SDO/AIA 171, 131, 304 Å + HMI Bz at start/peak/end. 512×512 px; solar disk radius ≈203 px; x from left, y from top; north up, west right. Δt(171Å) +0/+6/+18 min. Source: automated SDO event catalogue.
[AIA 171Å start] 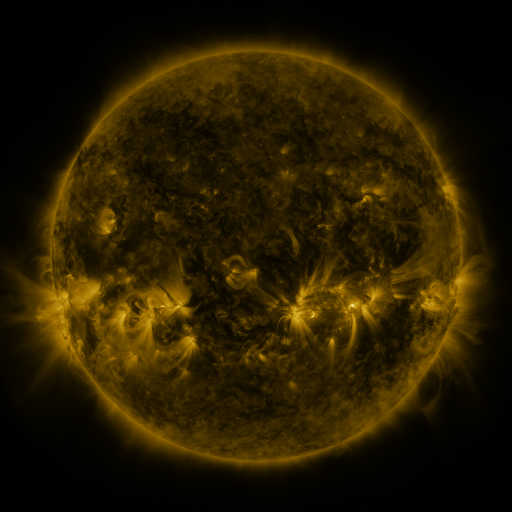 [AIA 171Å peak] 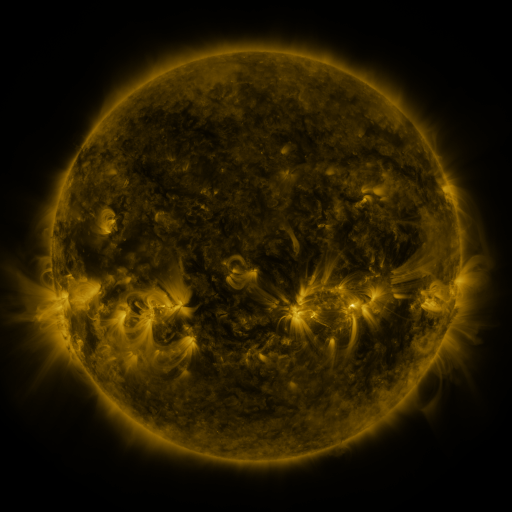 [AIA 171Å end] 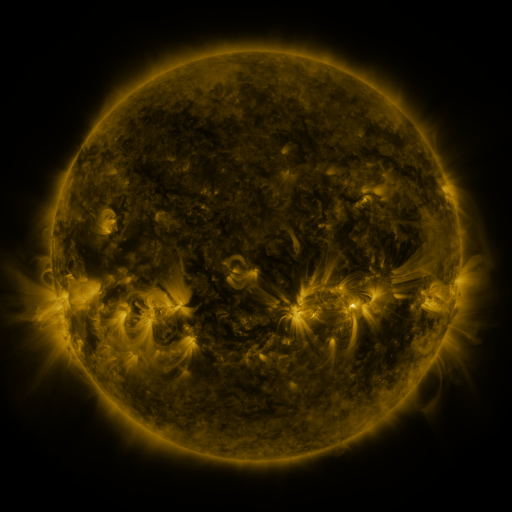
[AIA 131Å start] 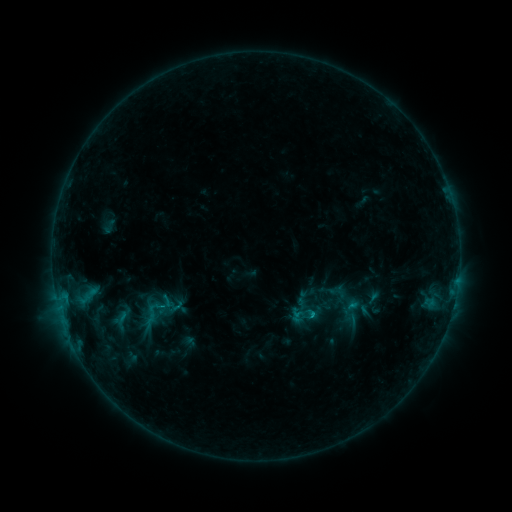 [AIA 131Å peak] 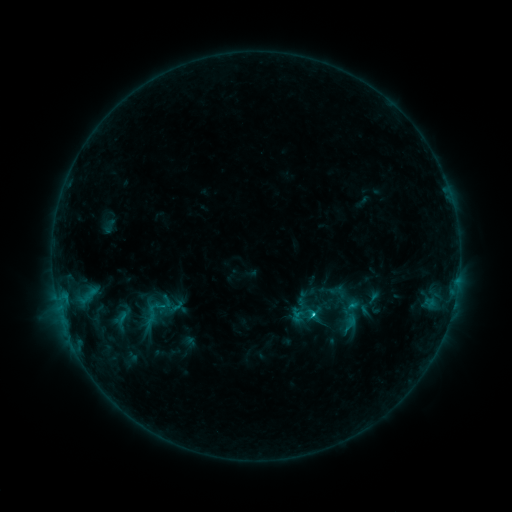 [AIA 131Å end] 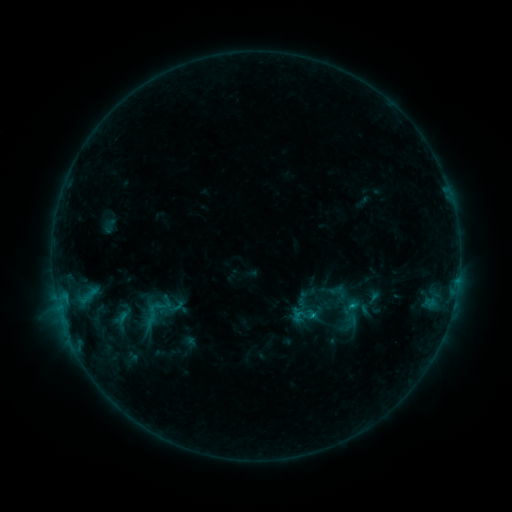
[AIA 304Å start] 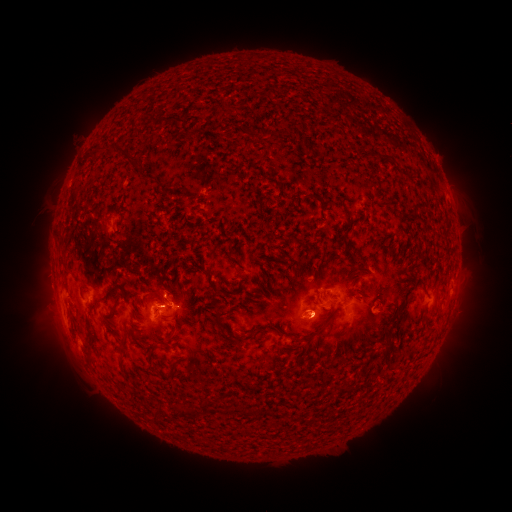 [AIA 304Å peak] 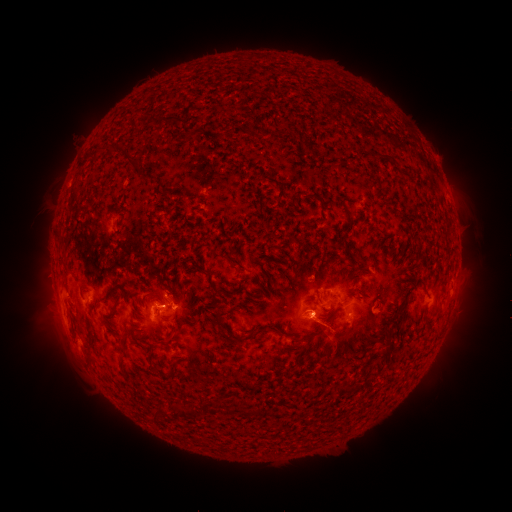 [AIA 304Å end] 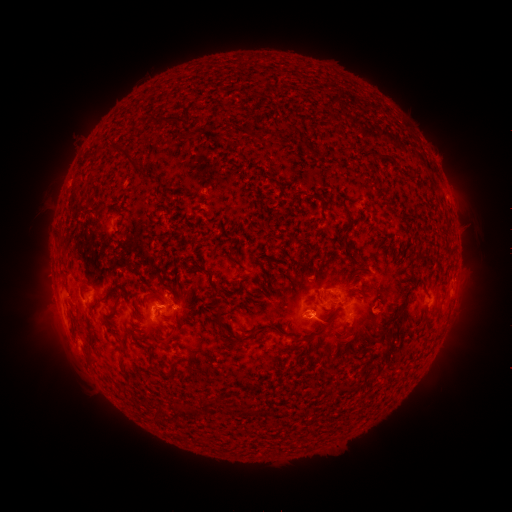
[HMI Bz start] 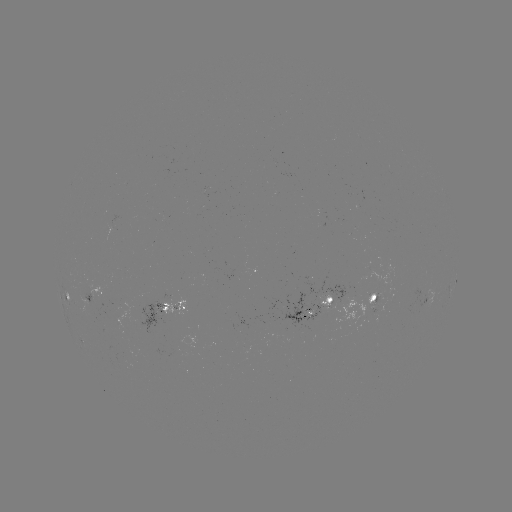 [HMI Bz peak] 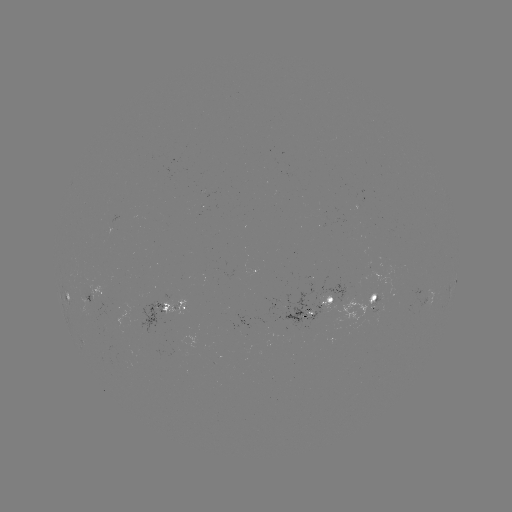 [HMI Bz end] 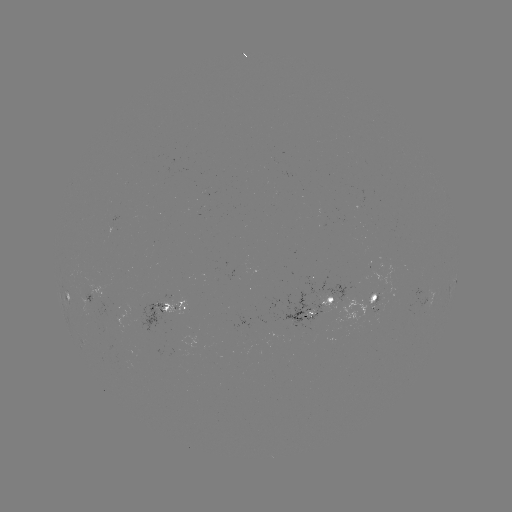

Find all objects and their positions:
eruption: (341, 343)
